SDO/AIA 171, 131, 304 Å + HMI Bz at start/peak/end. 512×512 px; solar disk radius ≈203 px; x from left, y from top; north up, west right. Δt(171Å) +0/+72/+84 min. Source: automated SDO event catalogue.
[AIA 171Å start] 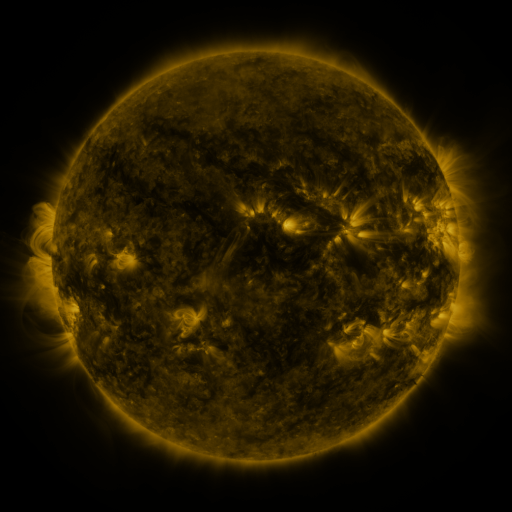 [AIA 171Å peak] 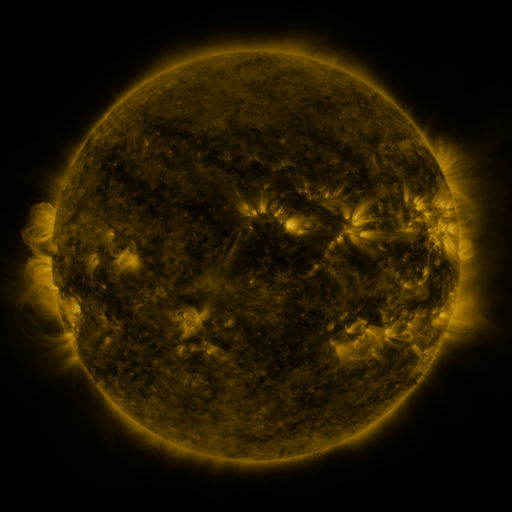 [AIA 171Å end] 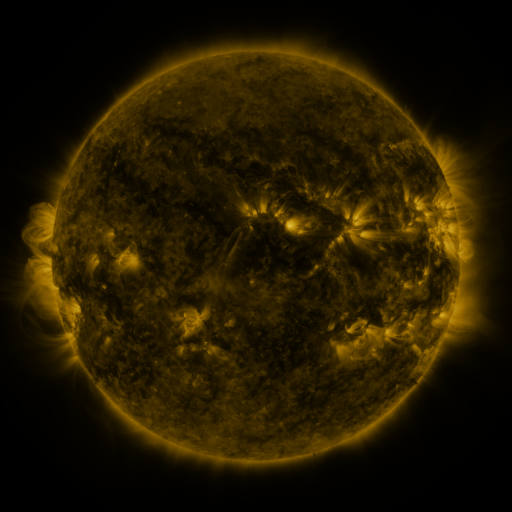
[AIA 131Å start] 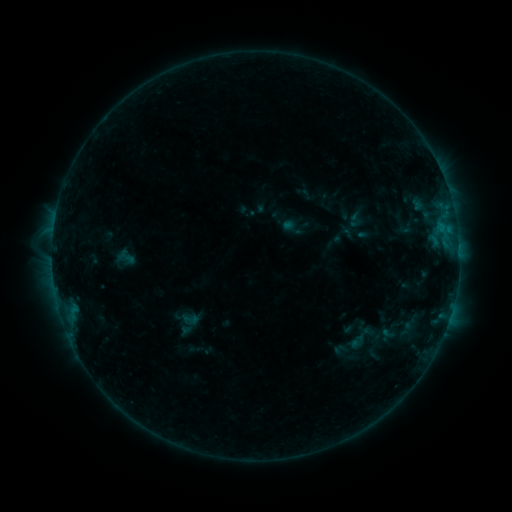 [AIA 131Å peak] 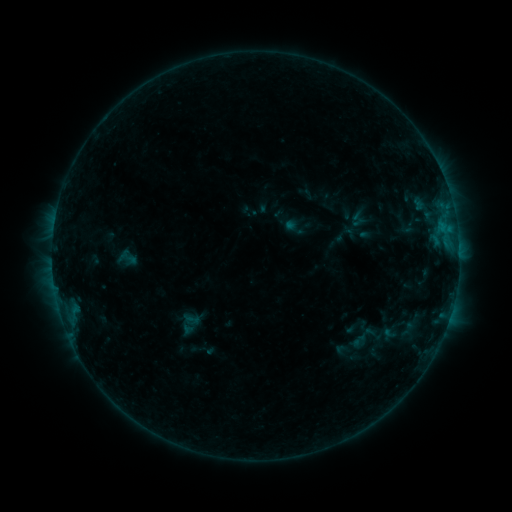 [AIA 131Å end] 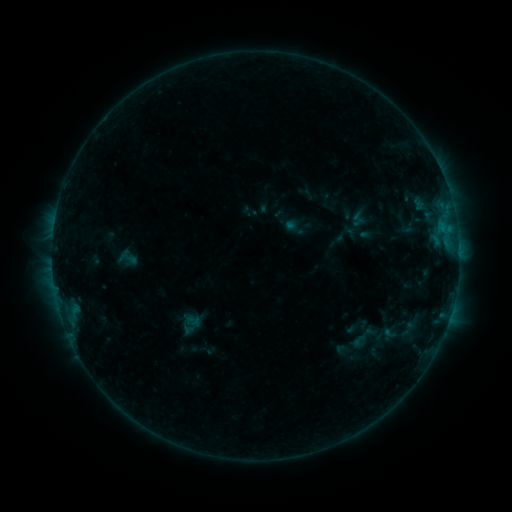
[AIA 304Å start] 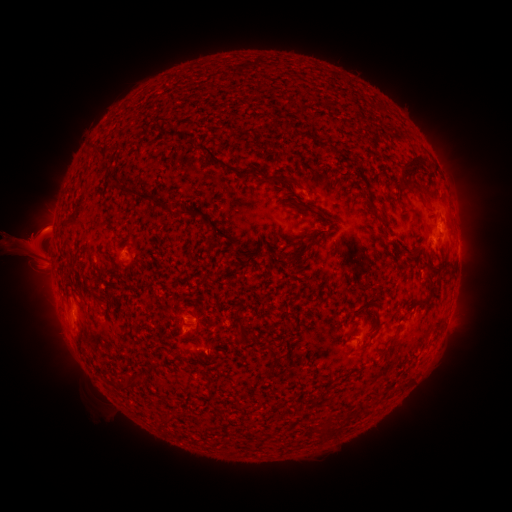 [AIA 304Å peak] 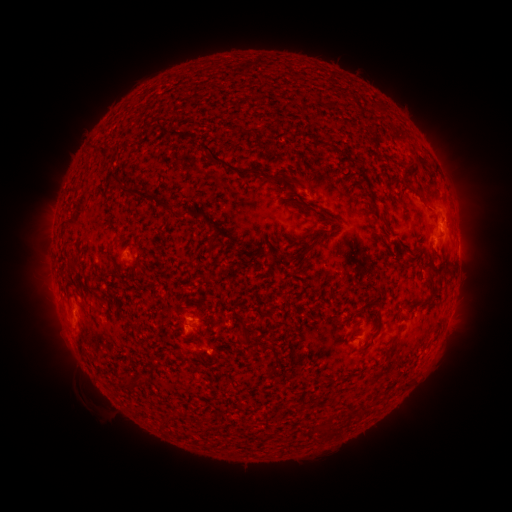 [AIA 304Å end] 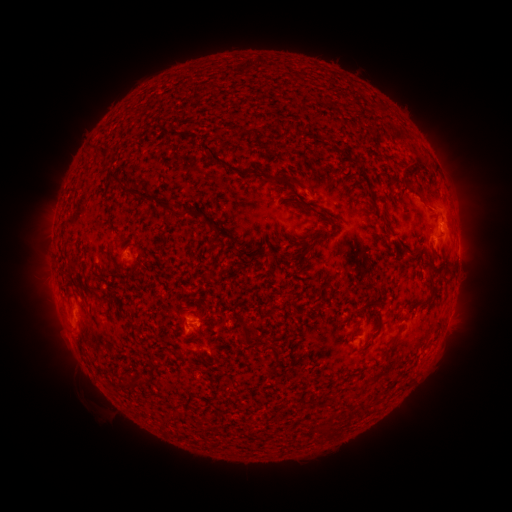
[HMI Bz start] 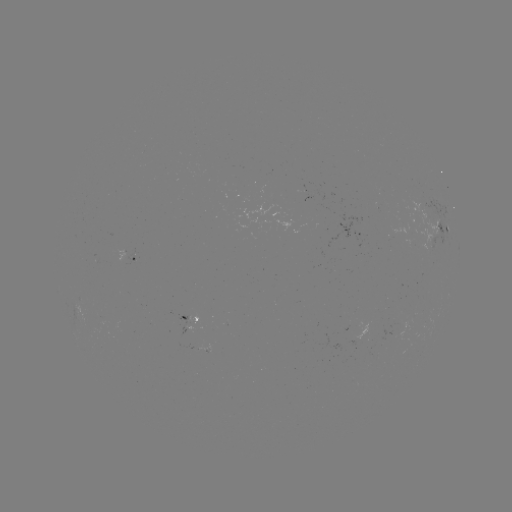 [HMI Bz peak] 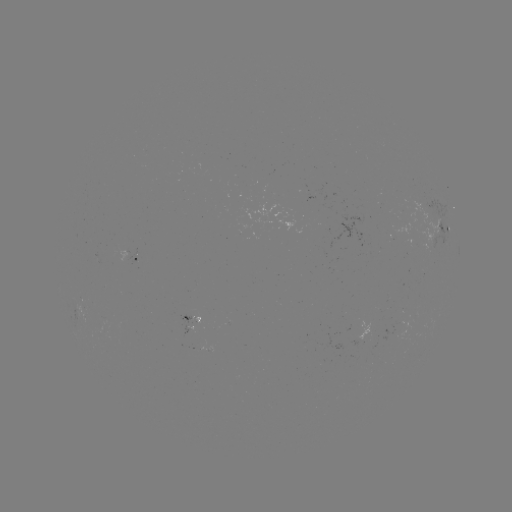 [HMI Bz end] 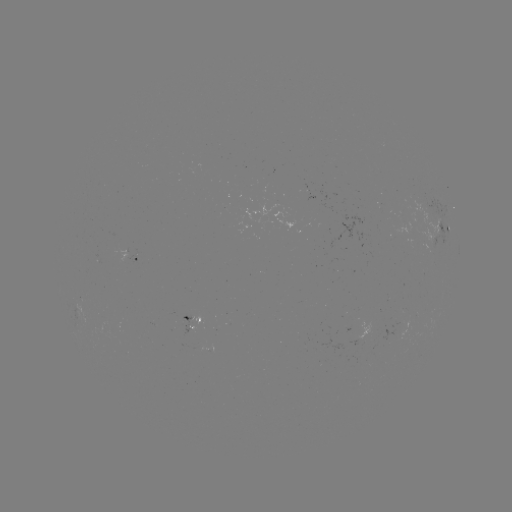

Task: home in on emerging-flux region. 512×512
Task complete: [192, 325].